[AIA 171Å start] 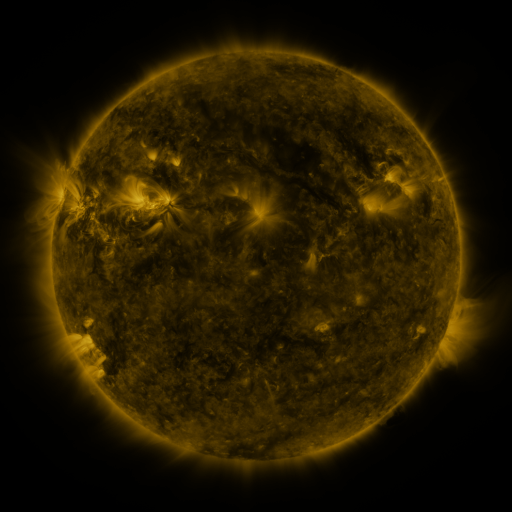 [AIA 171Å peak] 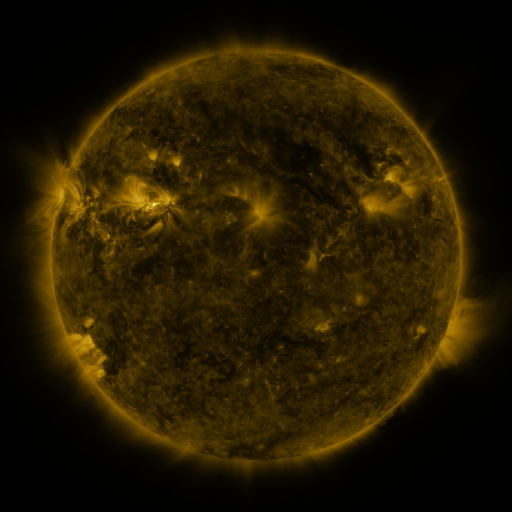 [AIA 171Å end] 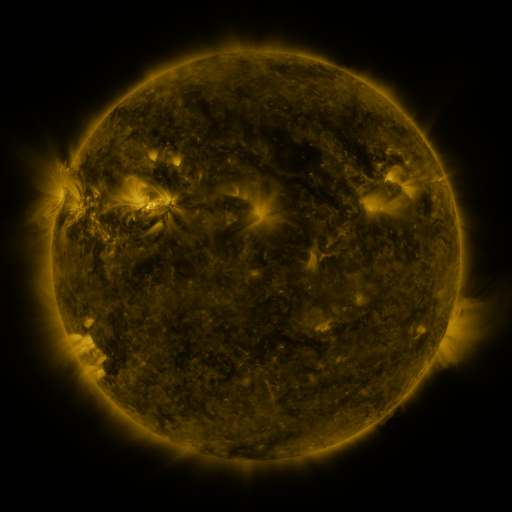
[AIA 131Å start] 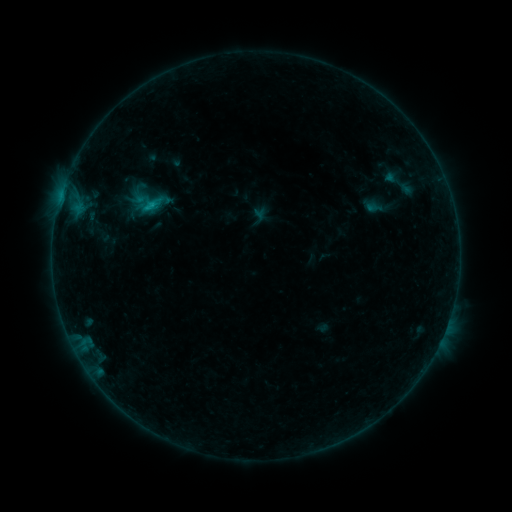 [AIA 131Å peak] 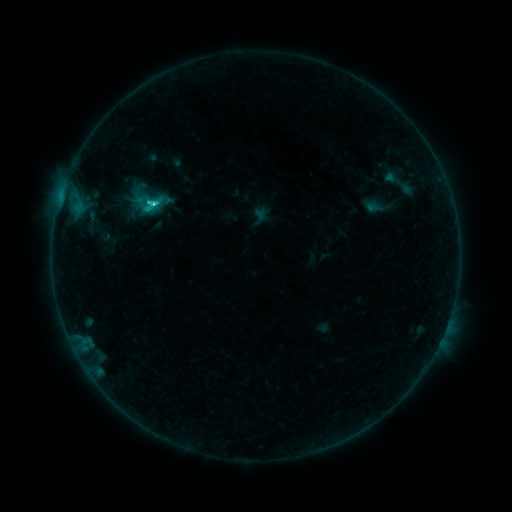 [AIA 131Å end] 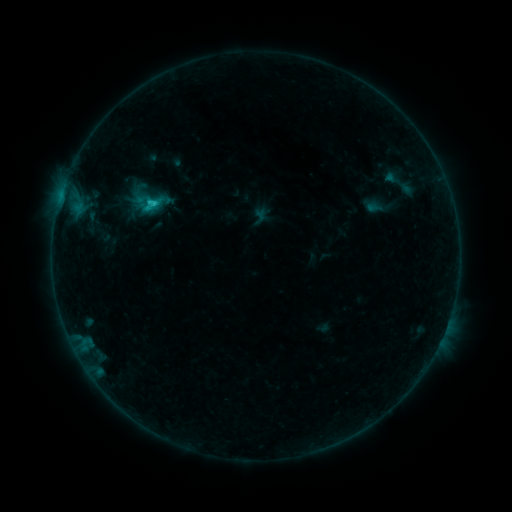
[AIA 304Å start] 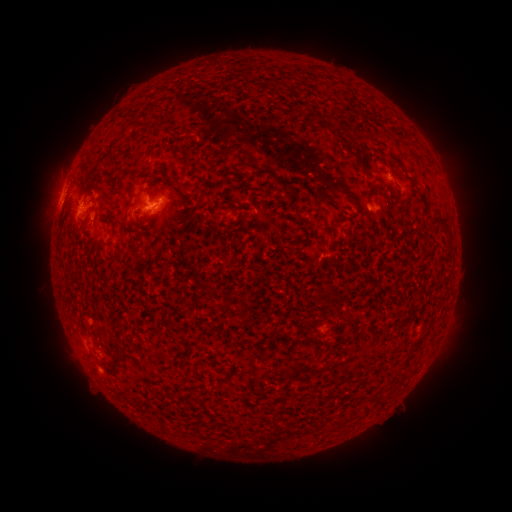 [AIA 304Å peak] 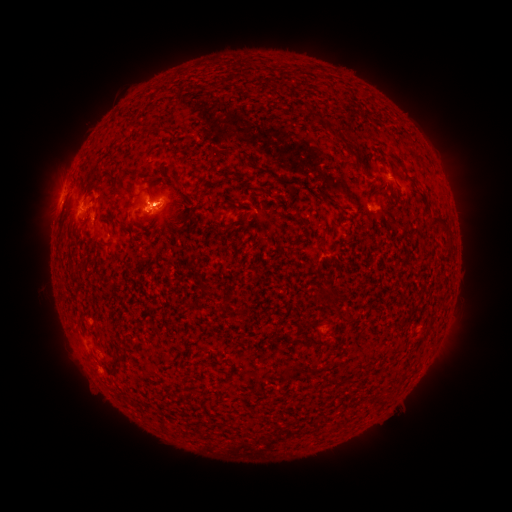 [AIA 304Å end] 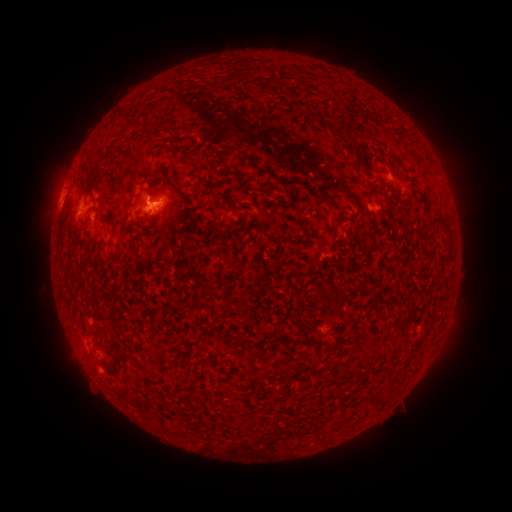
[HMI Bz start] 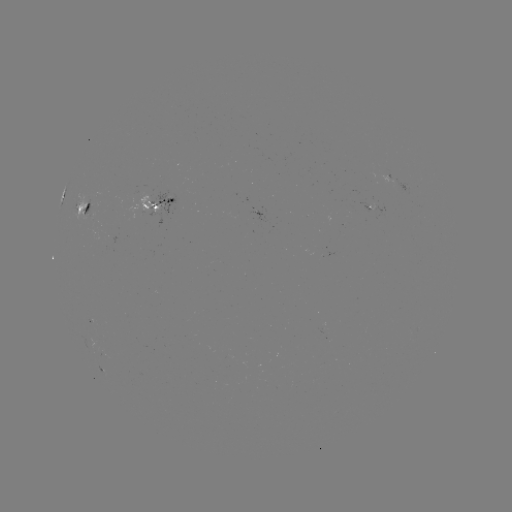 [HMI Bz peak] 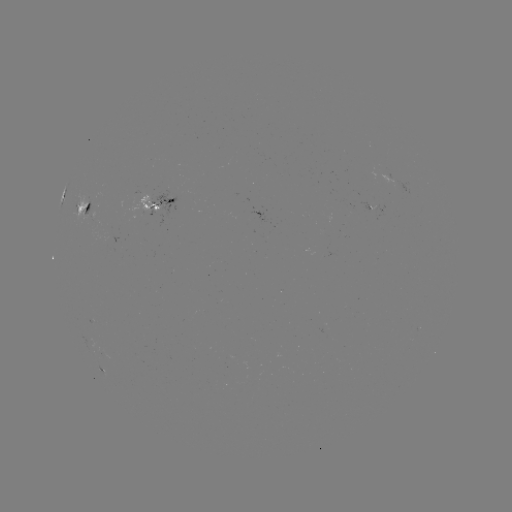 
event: flare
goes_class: C1.8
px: (156, 205)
